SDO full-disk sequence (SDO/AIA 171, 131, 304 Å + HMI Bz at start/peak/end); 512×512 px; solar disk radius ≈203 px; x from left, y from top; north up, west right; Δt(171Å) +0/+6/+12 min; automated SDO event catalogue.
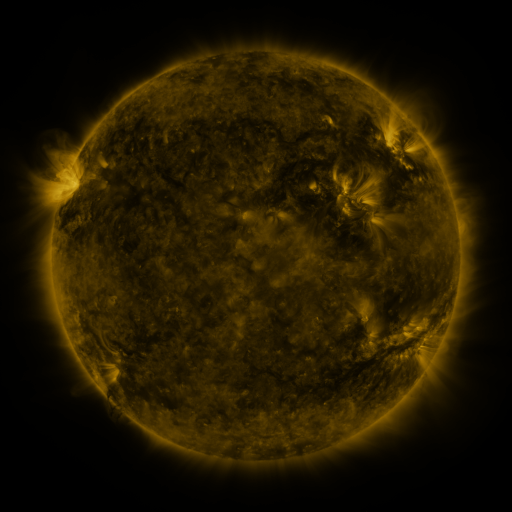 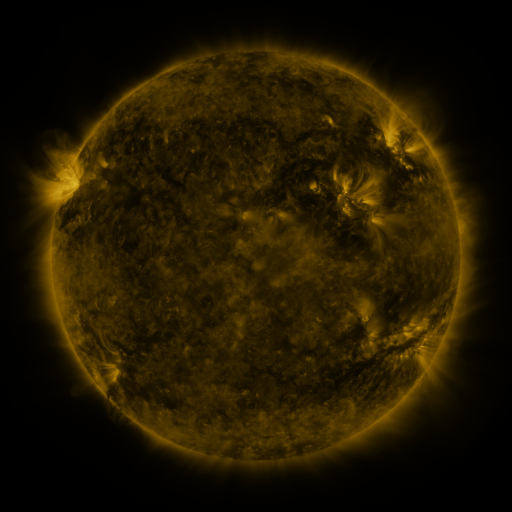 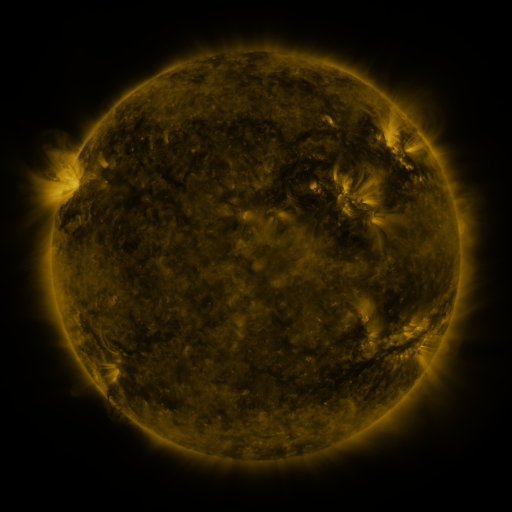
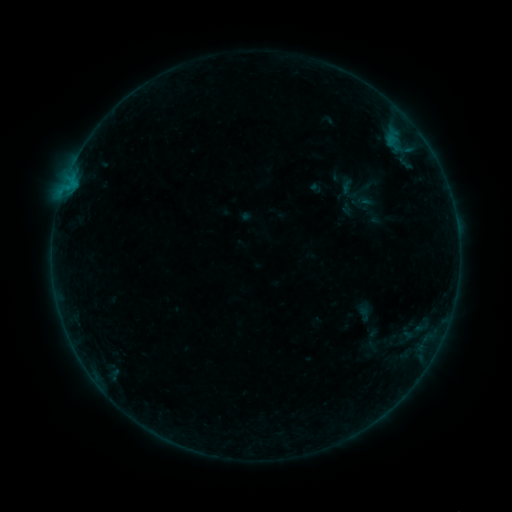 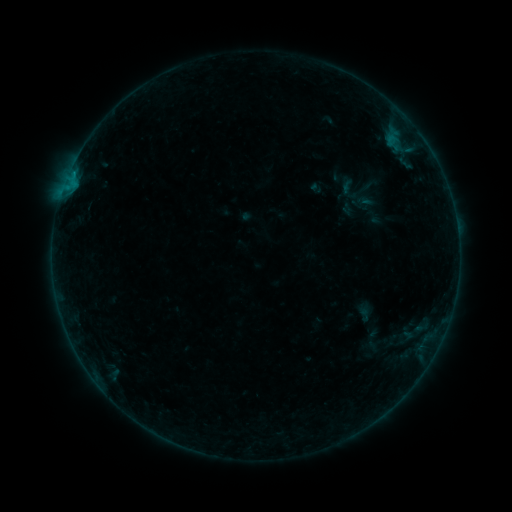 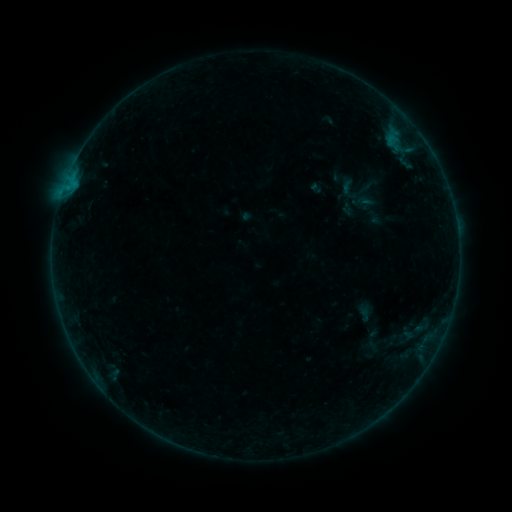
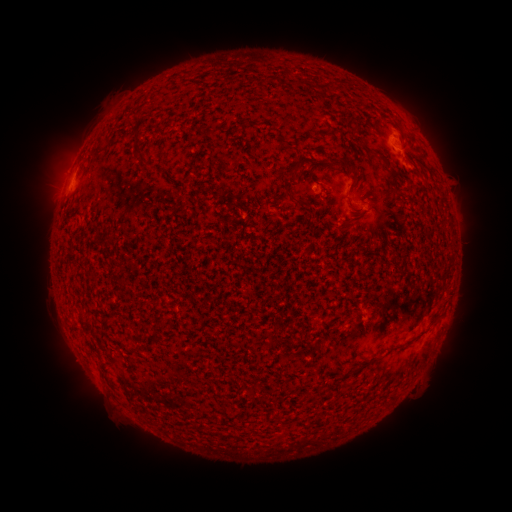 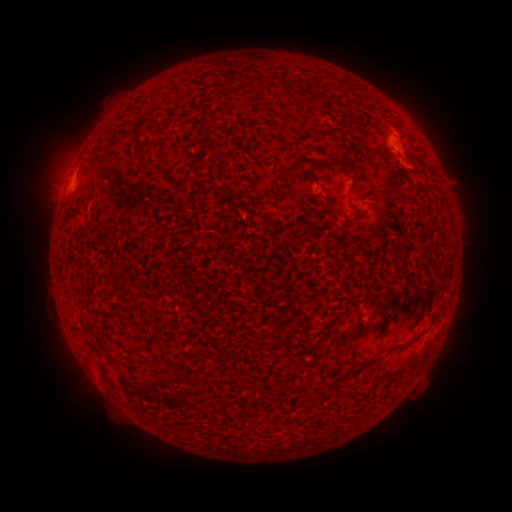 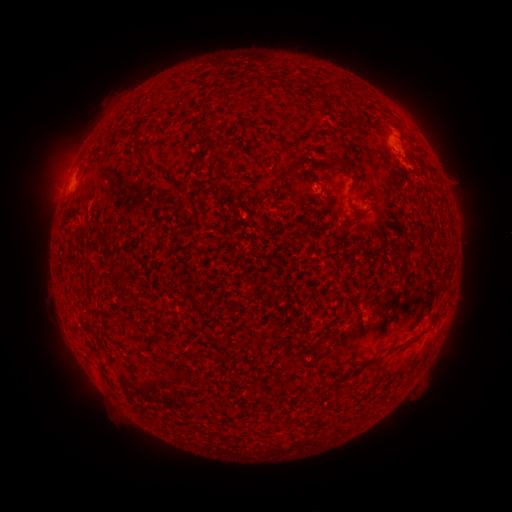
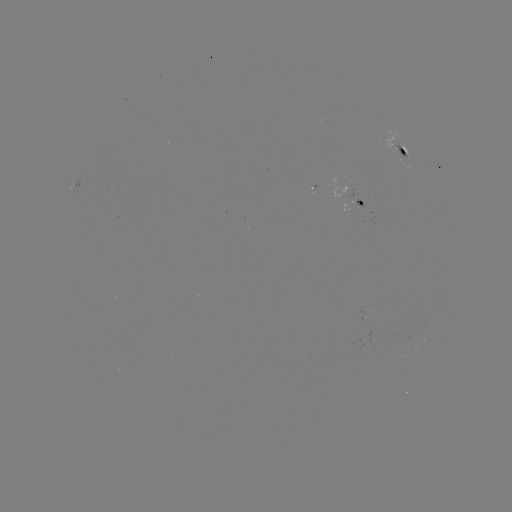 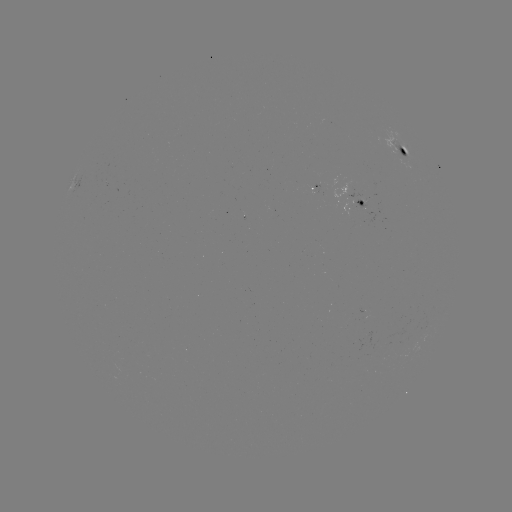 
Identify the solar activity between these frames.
B2.4 flare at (403, 156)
